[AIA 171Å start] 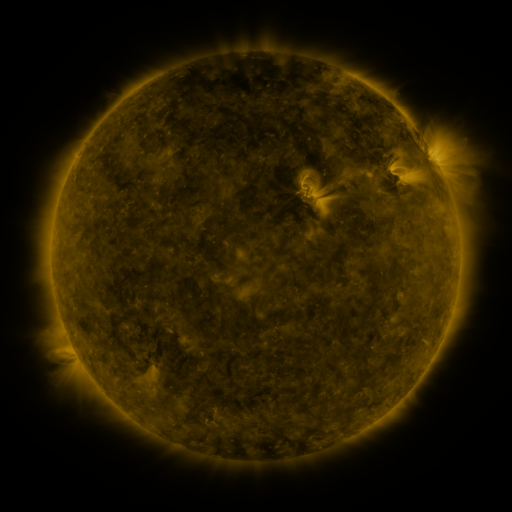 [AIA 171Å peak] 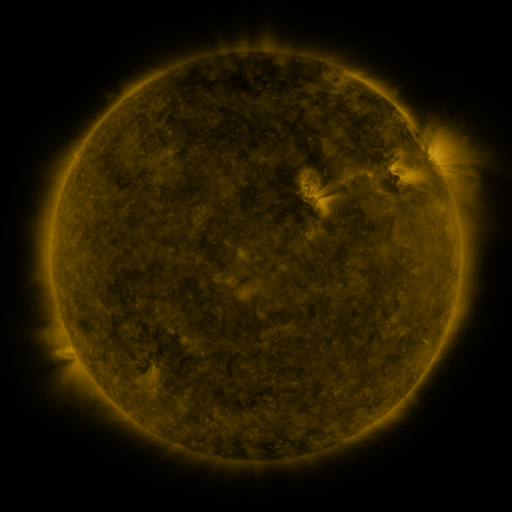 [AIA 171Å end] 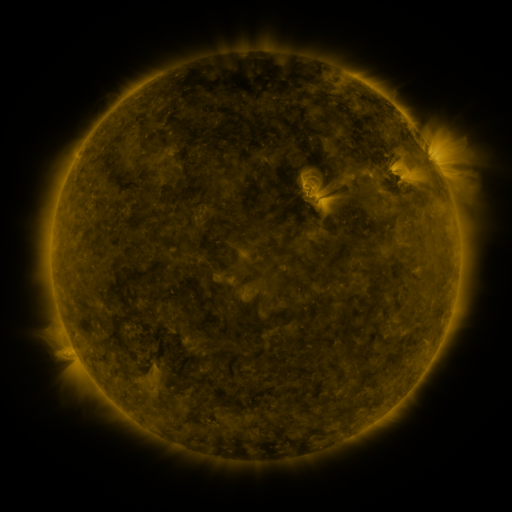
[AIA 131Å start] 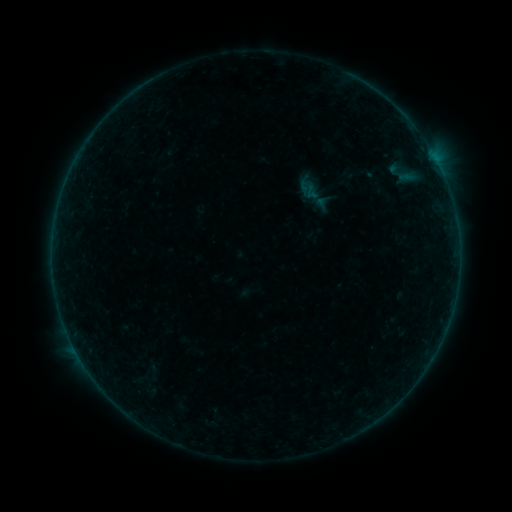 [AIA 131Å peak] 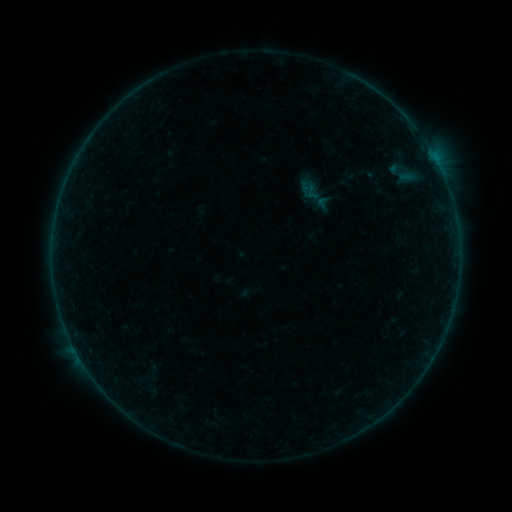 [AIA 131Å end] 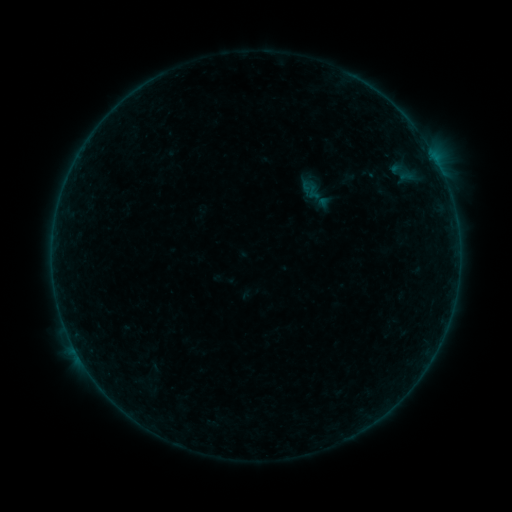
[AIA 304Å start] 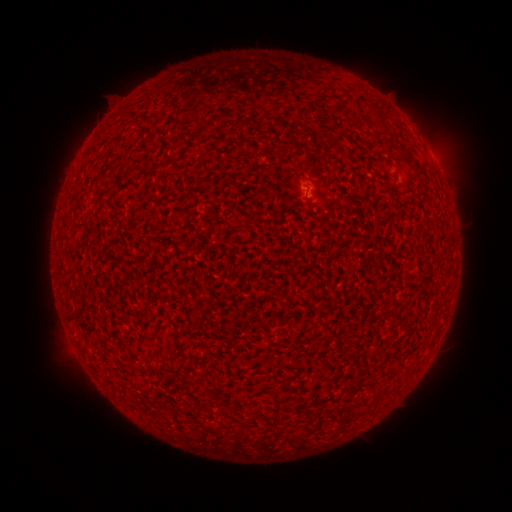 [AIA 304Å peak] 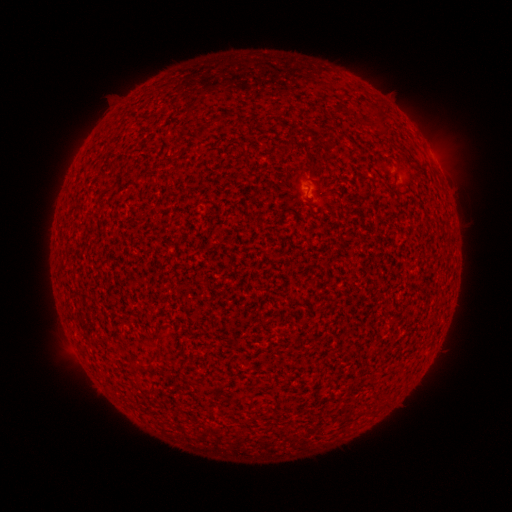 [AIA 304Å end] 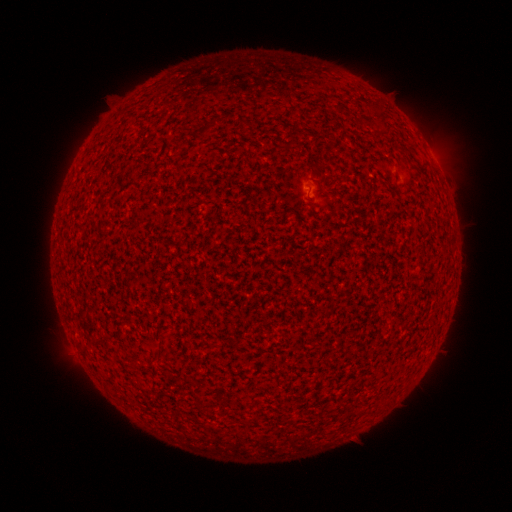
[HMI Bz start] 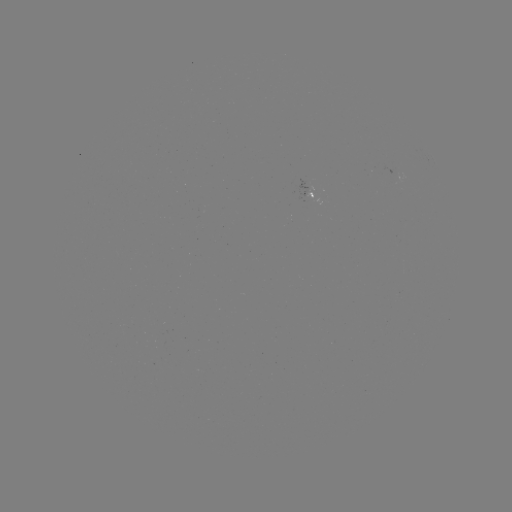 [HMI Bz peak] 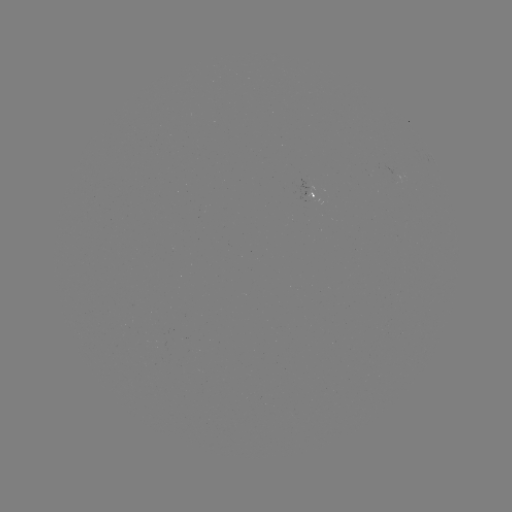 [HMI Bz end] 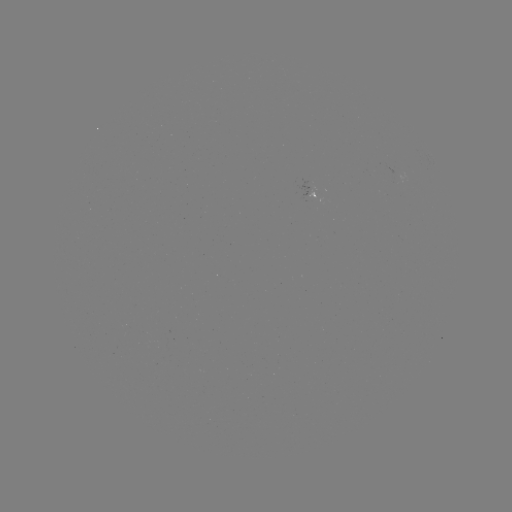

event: flare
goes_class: A7.1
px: (80, 358)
